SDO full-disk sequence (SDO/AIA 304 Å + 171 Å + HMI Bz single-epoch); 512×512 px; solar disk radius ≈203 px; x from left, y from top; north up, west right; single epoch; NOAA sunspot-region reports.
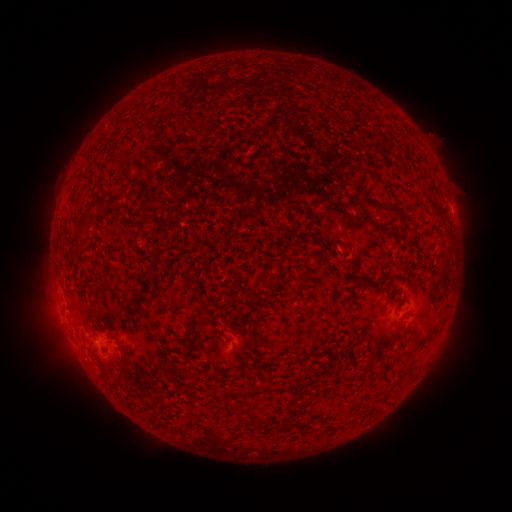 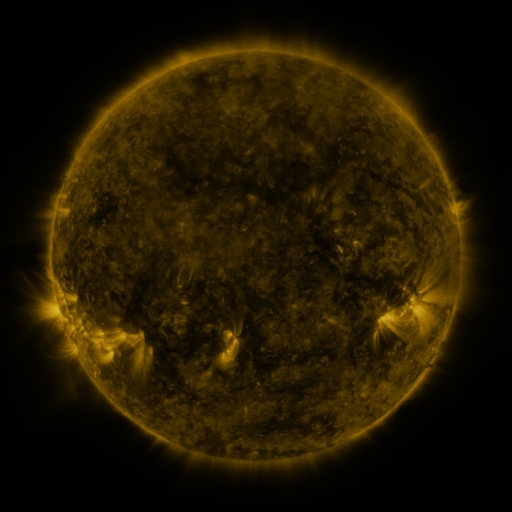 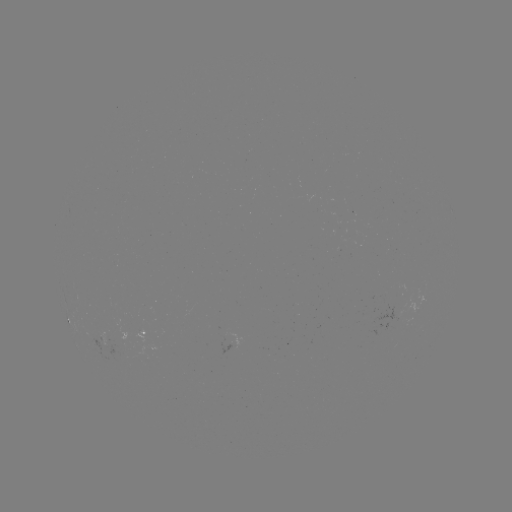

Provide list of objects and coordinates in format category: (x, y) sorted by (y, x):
spotted active region: (68, 320)
spotted active region: (149, 332)
